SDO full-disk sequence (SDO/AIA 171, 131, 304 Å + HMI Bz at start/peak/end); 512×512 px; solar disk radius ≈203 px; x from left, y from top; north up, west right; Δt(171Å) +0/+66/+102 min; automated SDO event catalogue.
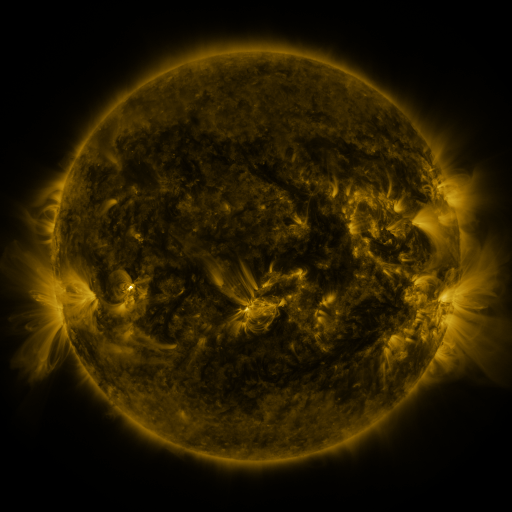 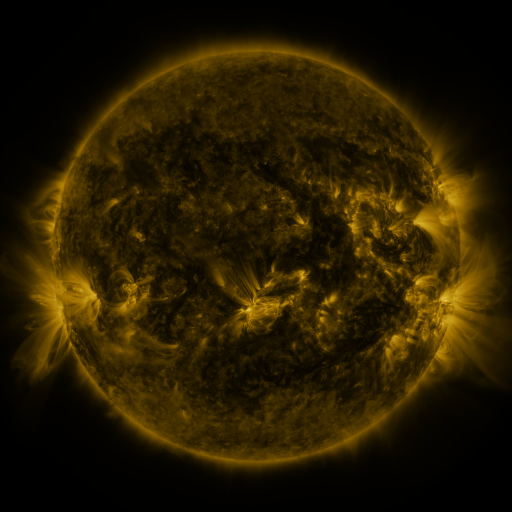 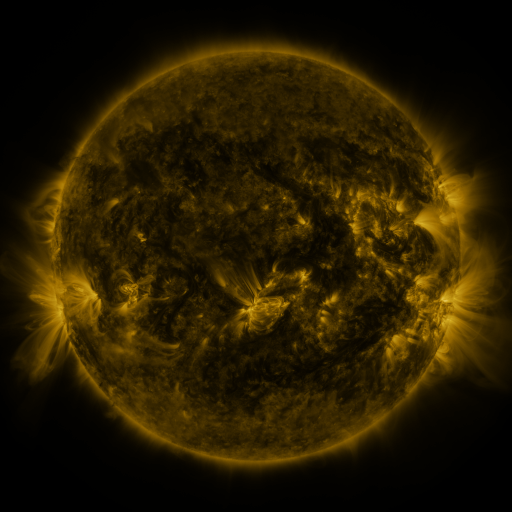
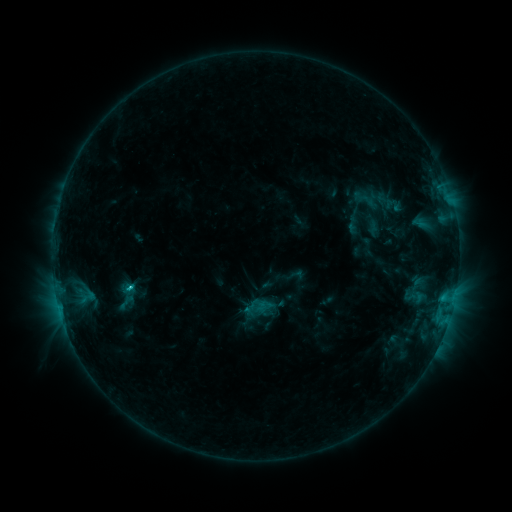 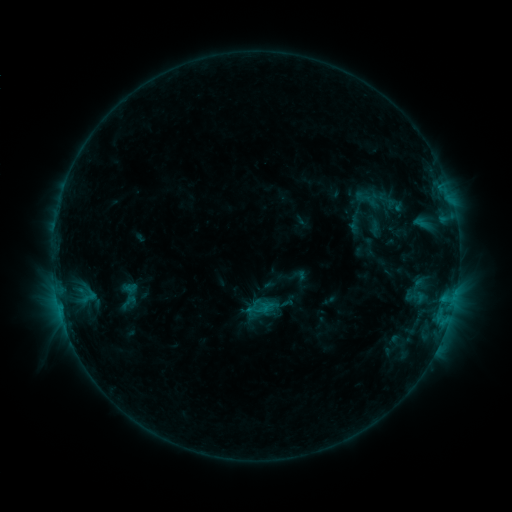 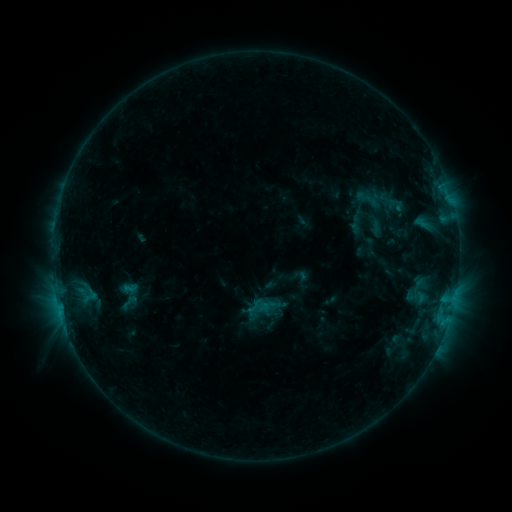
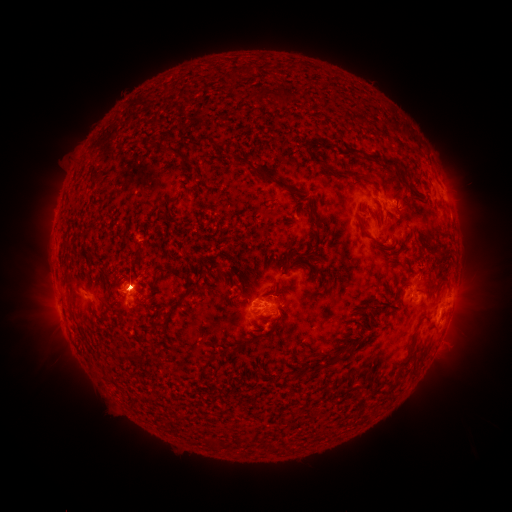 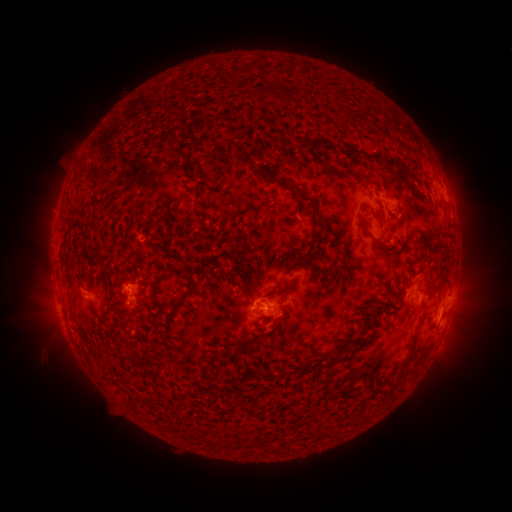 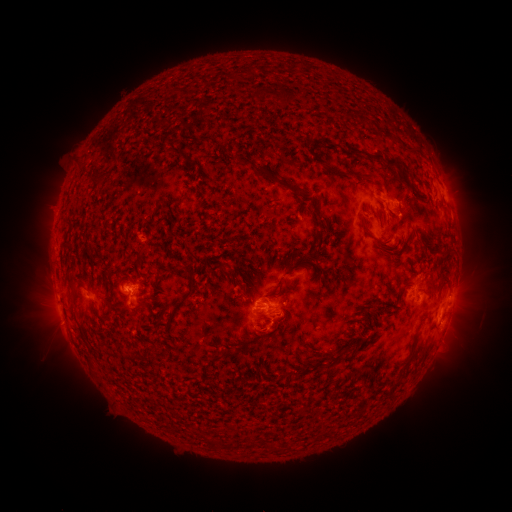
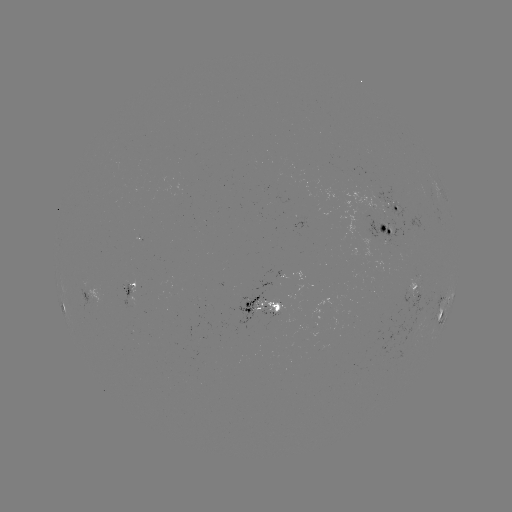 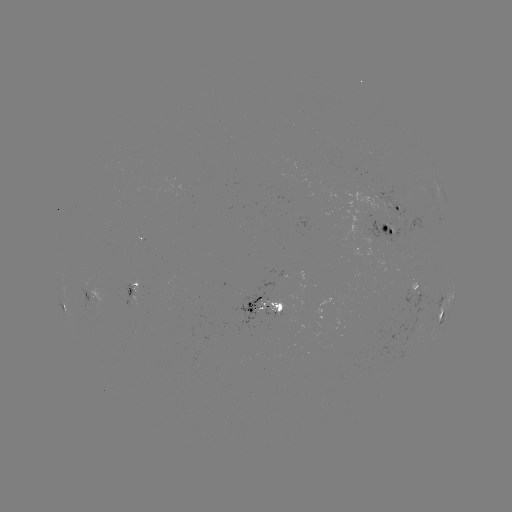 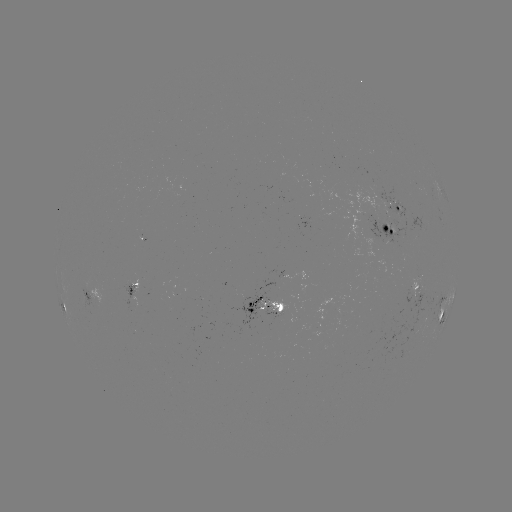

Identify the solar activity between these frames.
emerging-flux region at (271, 309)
